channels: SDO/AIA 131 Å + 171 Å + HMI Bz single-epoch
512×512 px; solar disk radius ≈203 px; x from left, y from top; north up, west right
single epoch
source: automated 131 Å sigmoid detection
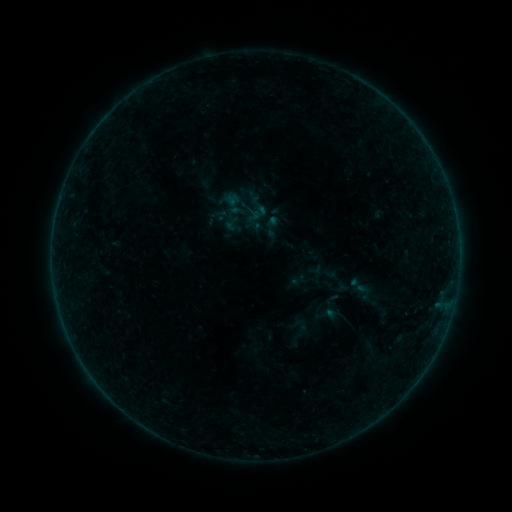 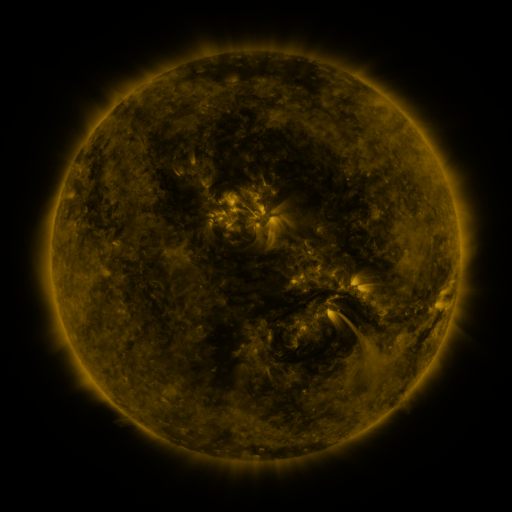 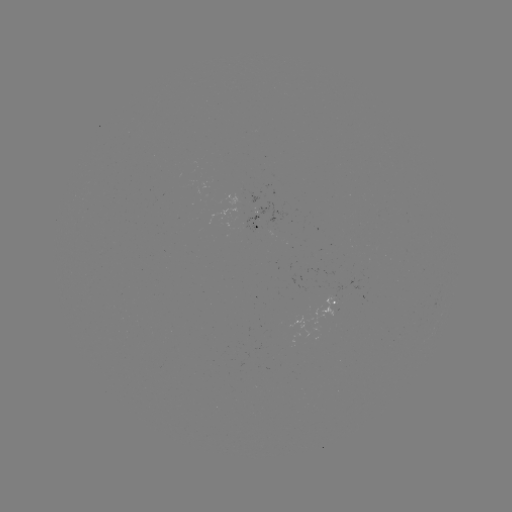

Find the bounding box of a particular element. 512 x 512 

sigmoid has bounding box [223, 215, 240, 233].